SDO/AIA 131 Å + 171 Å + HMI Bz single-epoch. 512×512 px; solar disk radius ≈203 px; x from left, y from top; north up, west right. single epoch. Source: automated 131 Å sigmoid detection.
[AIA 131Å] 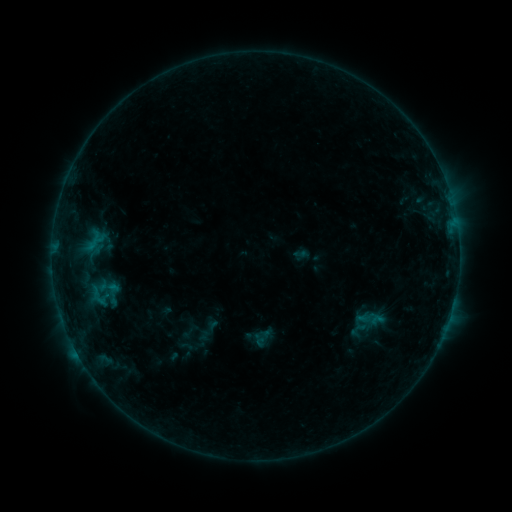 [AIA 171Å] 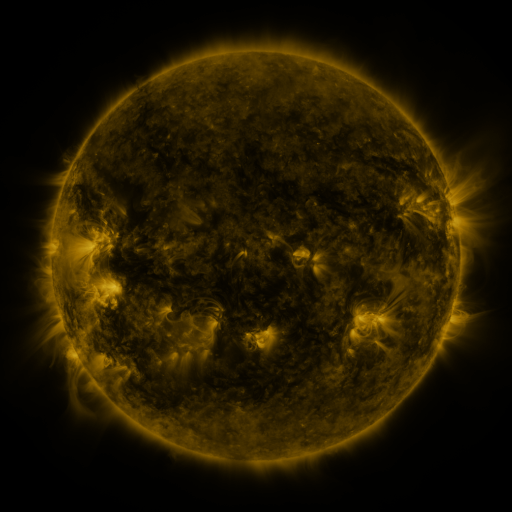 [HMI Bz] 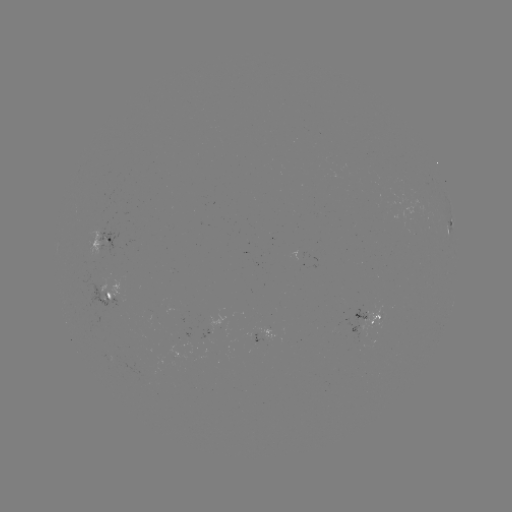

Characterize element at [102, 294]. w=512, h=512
sigmoid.